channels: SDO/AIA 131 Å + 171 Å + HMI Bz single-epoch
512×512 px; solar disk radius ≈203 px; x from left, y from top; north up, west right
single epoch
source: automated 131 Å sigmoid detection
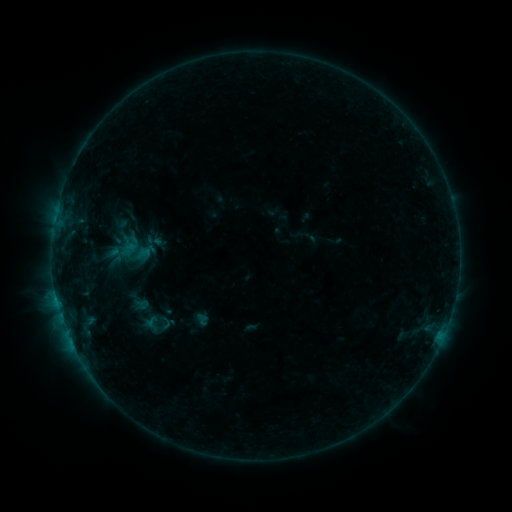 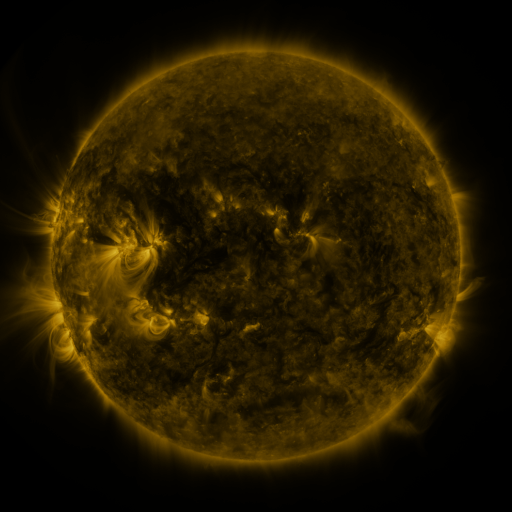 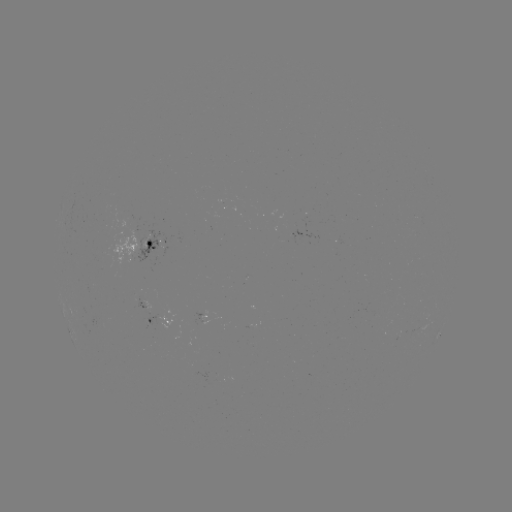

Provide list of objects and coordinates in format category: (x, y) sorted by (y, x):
sigmoid: (152, 324)
